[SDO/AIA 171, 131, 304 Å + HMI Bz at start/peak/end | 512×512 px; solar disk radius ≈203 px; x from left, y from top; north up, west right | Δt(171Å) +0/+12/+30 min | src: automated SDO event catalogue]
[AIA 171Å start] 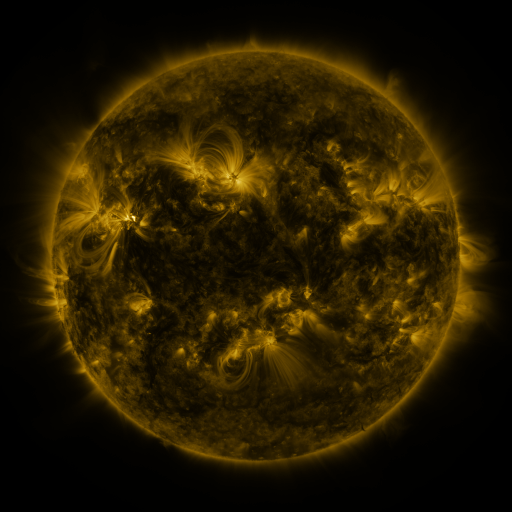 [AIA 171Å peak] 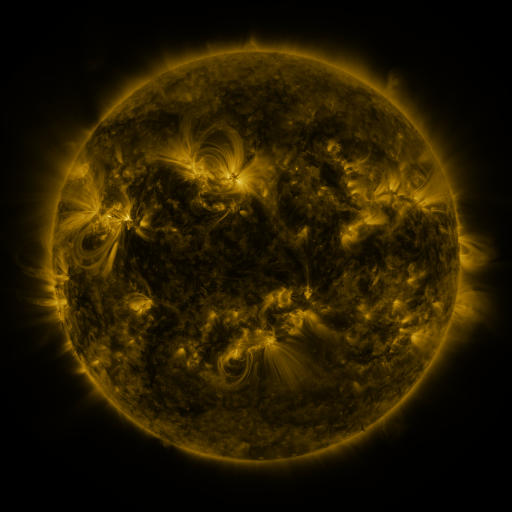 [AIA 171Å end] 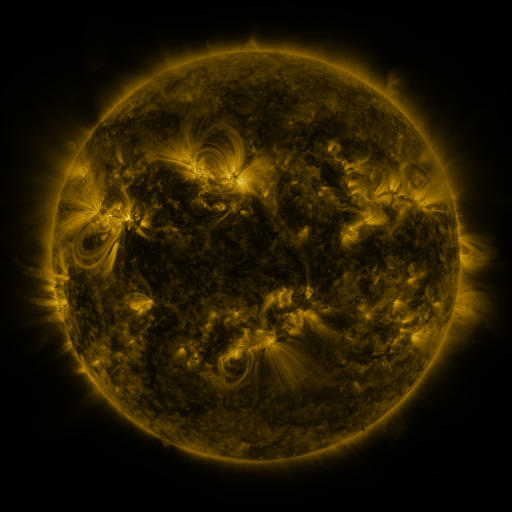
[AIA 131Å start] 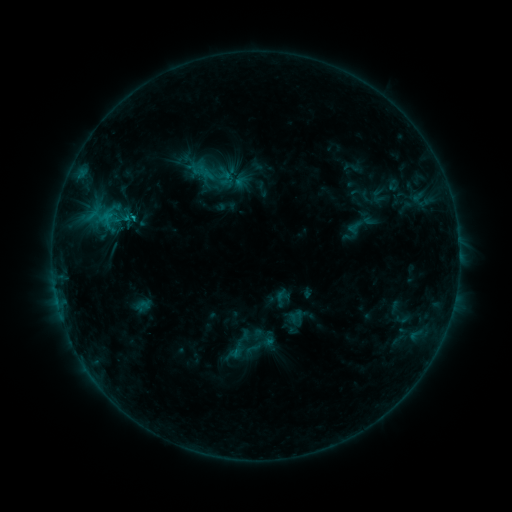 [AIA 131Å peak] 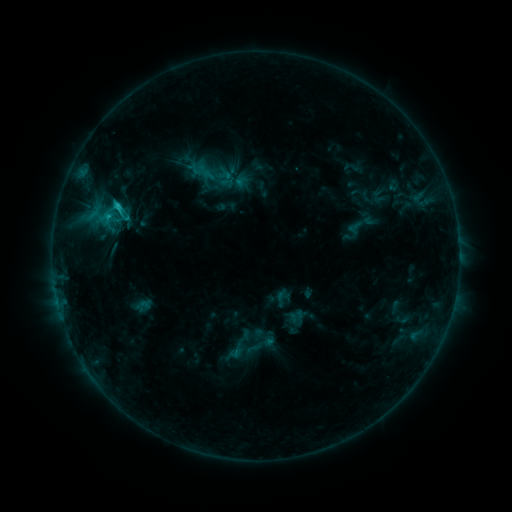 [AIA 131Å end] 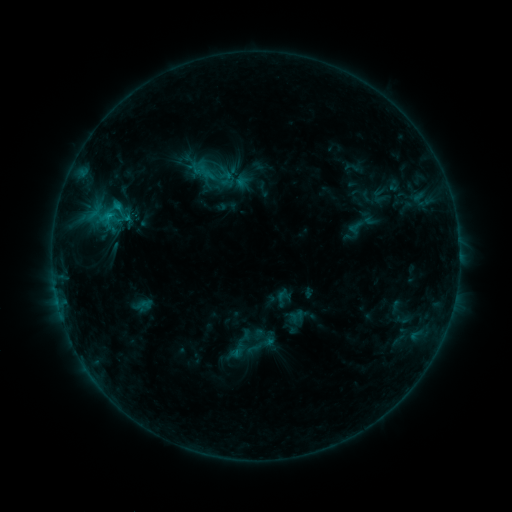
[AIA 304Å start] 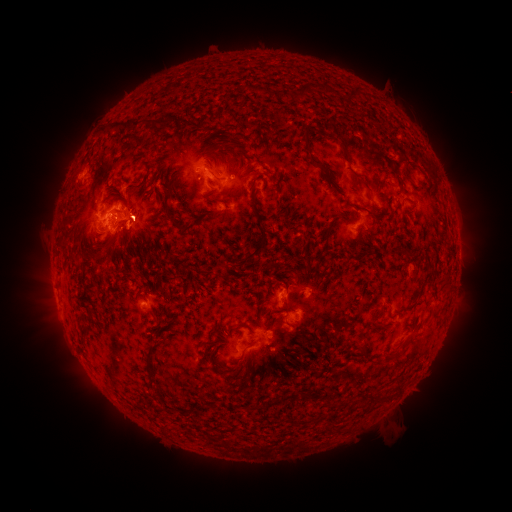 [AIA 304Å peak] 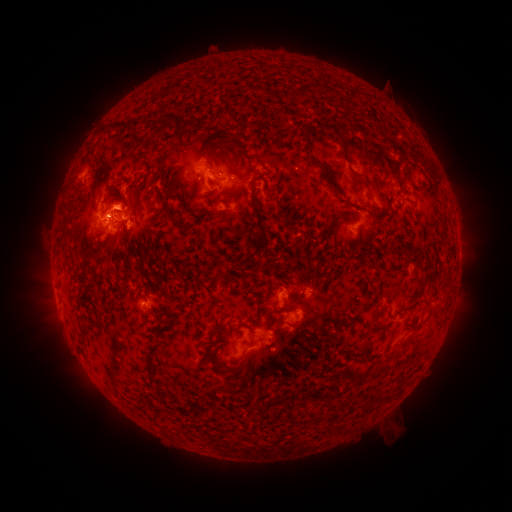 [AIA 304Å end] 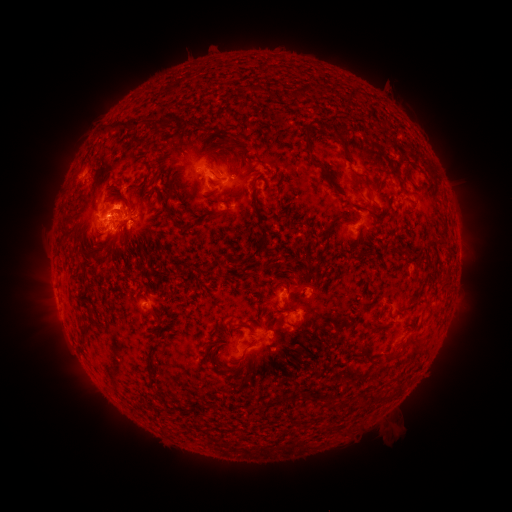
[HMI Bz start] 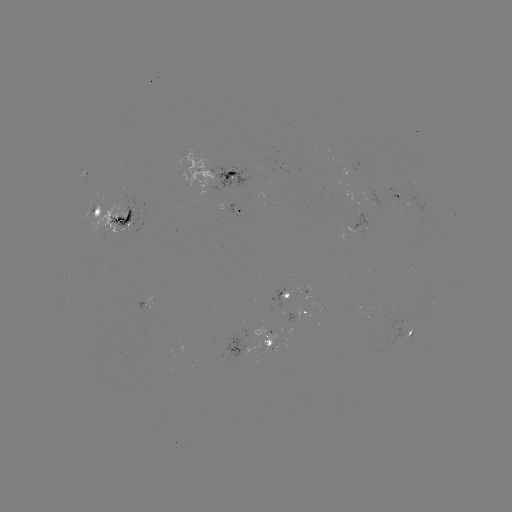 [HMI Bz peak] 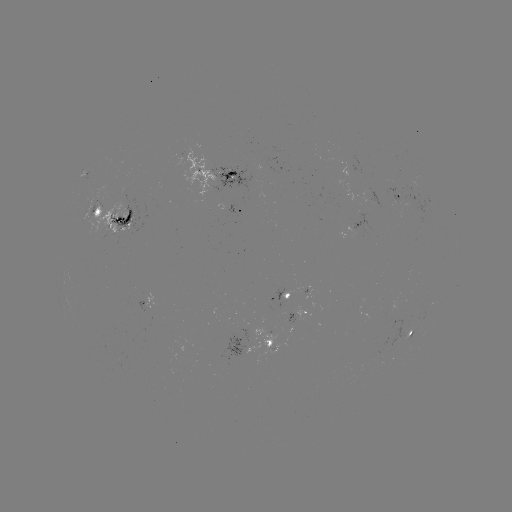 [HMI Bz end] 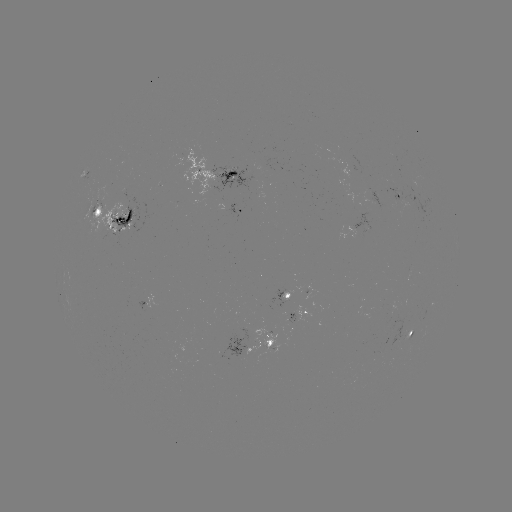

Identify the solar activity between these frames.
C1.8 flare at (119, 206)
